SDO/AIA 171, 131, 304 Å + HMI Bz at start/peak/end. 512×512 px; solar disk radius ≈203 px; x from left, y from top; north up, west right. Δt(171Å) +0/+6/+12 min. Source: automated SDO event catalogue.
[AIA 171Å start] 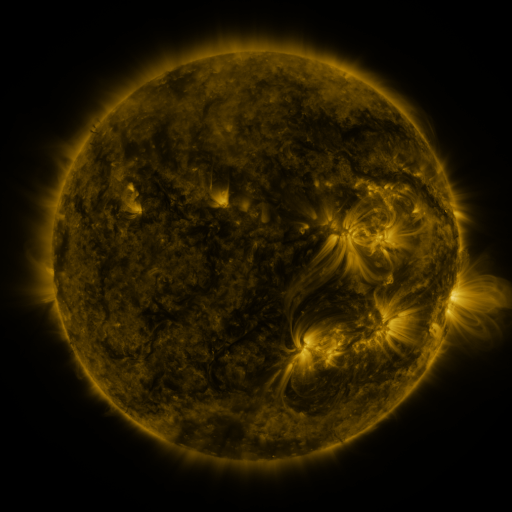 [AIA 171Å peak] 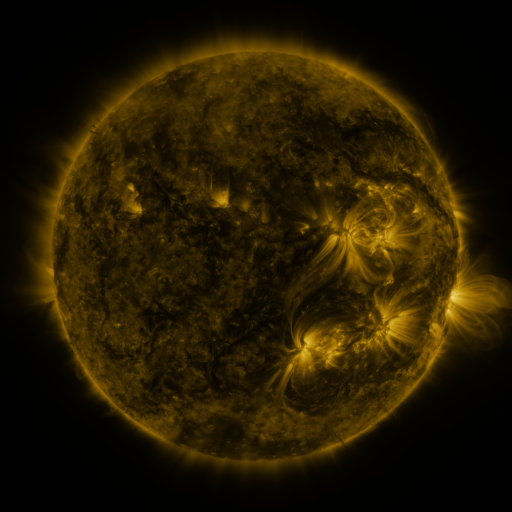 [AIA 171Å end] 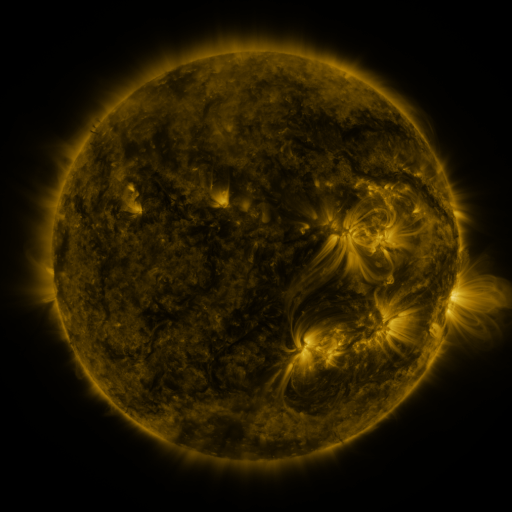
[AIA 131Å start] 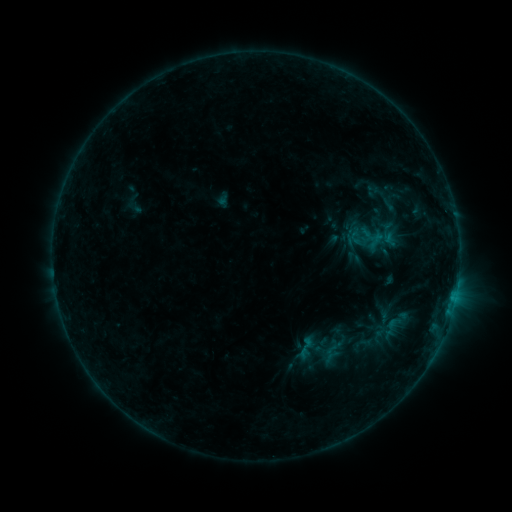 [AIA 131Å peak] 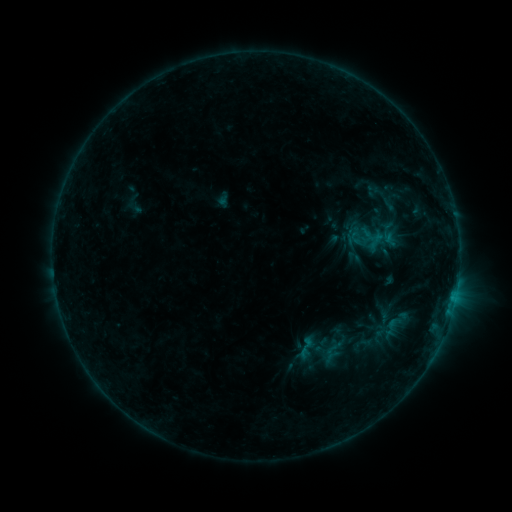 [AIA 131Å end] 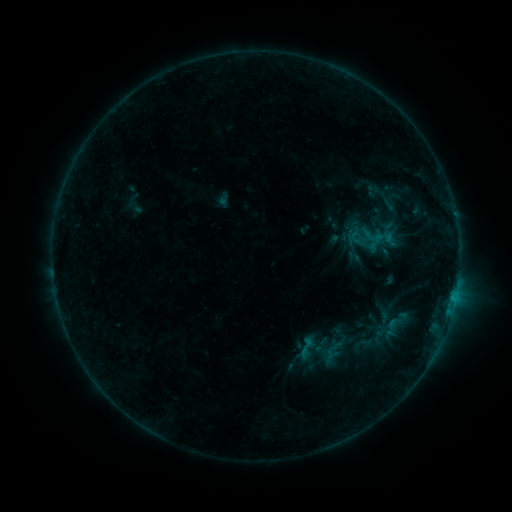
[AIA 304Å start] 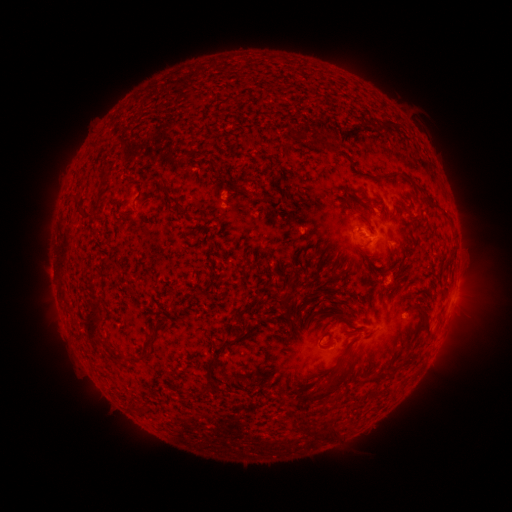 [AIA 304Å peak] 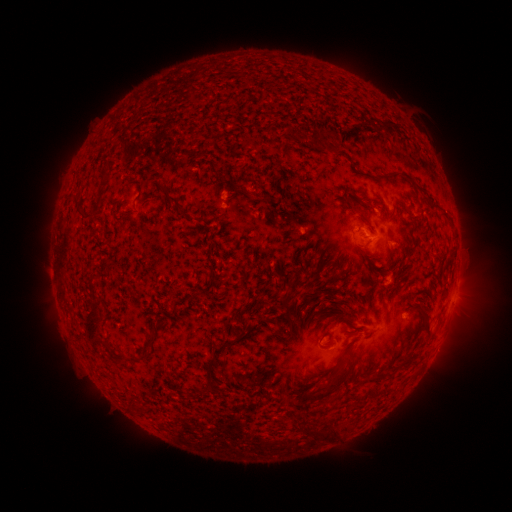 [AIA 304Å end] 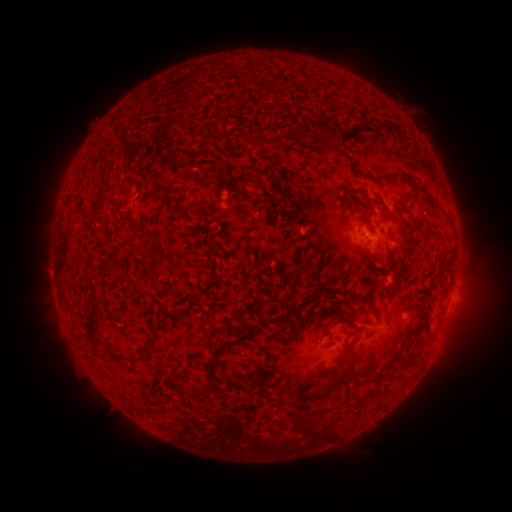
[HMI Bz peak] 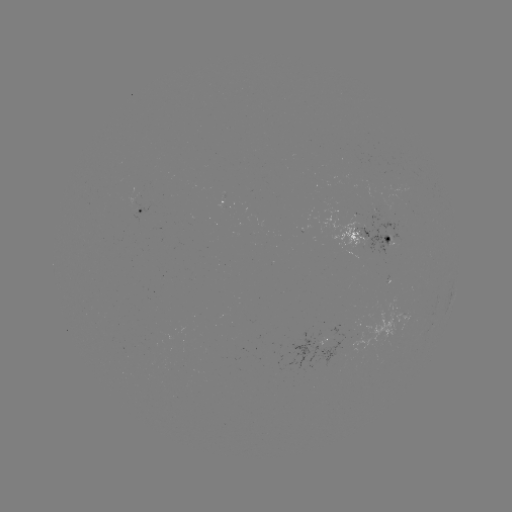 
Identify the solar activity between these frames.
nothing was catalogued: no classed flare, no EUV trigger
